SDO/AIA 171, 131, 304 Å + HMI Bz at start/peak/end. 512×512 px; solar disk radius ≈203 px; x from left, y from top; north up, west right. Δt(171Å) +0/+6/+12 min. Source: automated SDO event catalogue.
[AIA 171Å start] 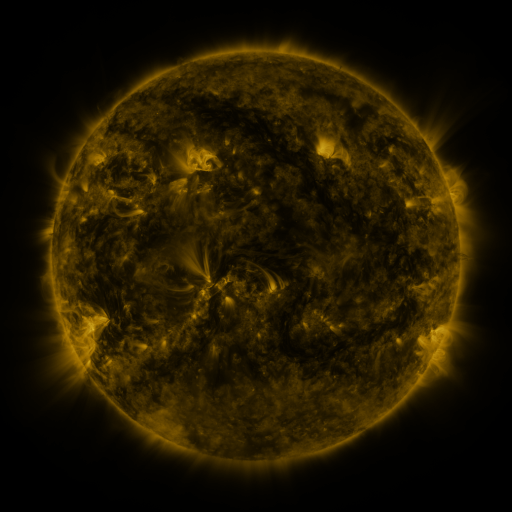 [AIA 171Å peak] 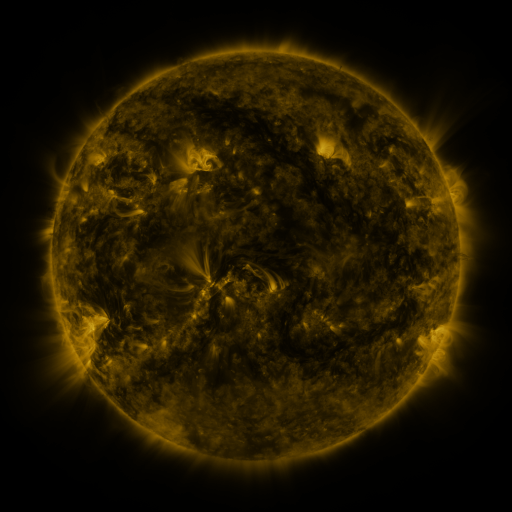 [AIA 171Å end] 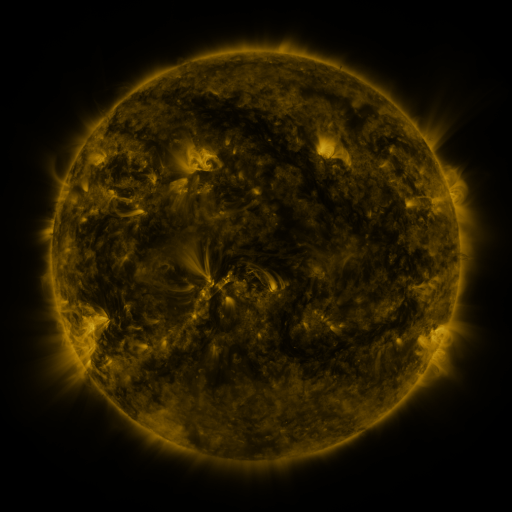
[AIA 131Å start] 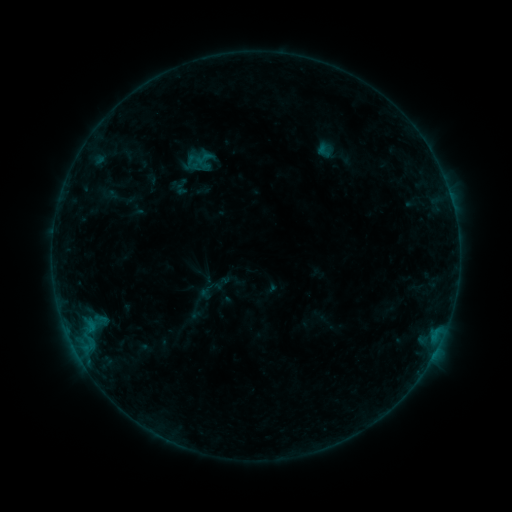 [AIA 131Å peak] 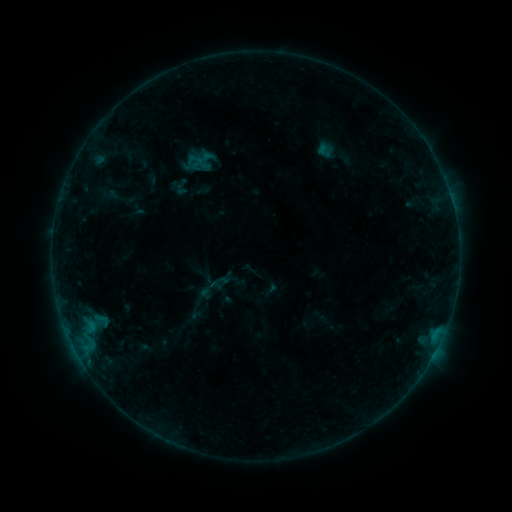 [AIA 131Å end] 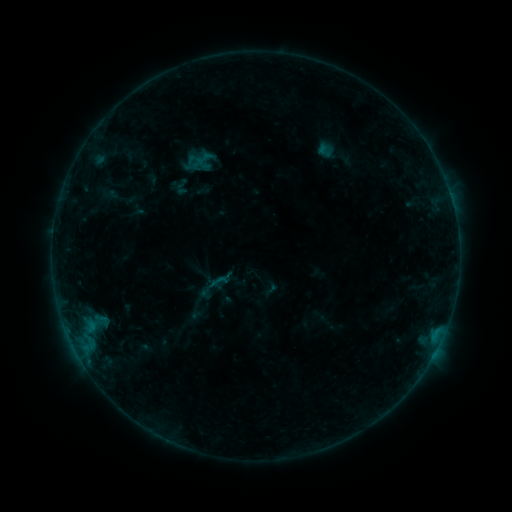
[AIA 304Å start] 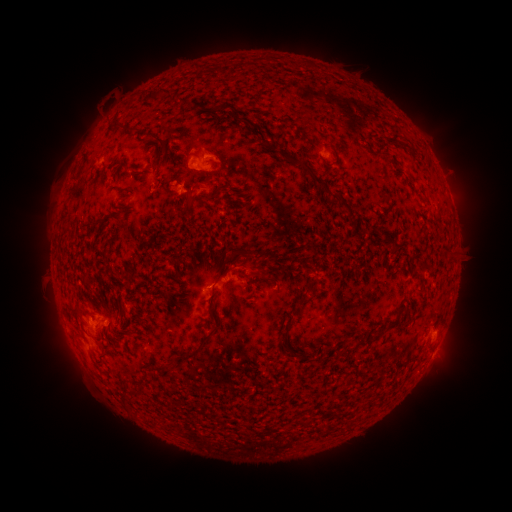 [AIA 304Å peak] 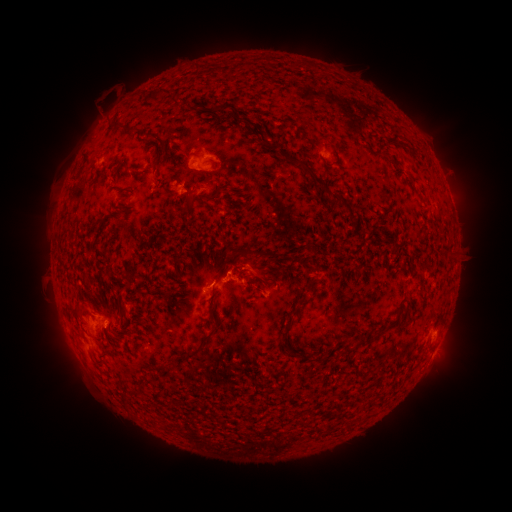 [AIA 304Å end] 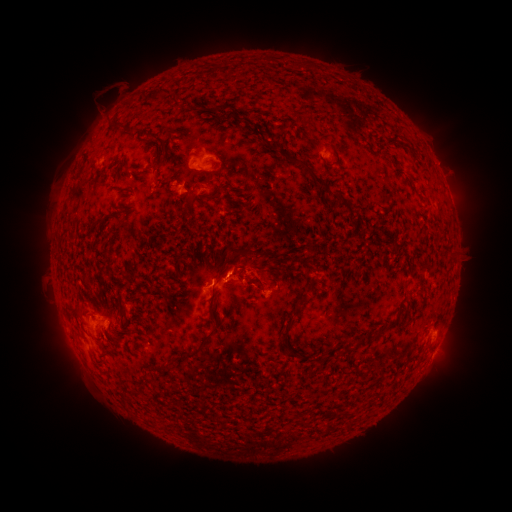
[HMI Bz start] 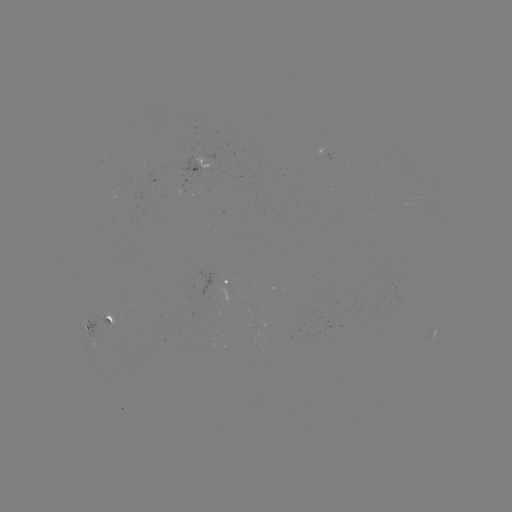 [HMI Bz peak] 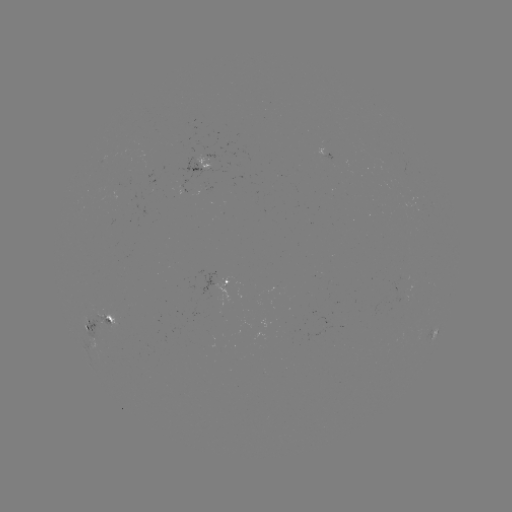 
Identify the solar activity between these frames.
eruption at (110, 97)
